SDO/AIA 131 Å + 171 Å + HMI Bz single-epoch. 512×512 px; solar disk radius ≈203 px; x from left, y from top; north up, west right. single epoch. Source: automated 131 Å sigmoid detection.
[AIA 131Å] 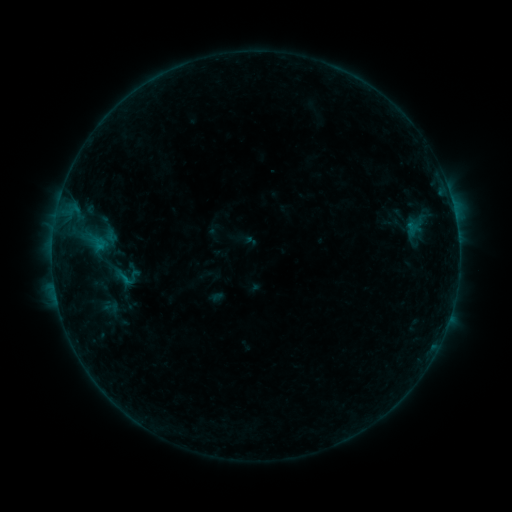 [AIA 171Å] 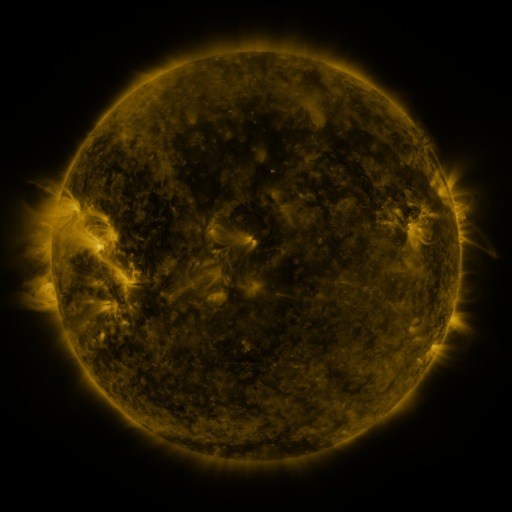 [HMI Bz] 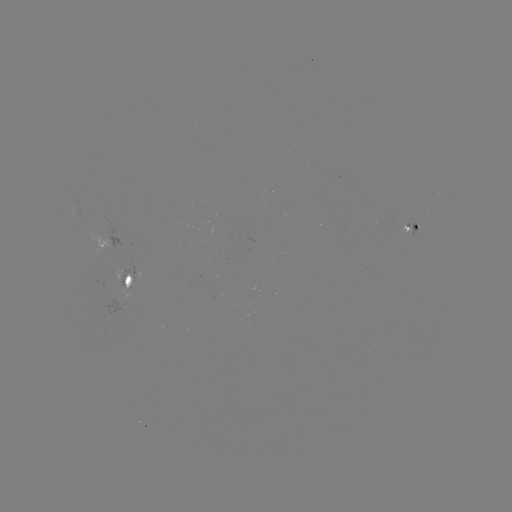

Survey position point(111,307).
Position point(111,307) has sigmoid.